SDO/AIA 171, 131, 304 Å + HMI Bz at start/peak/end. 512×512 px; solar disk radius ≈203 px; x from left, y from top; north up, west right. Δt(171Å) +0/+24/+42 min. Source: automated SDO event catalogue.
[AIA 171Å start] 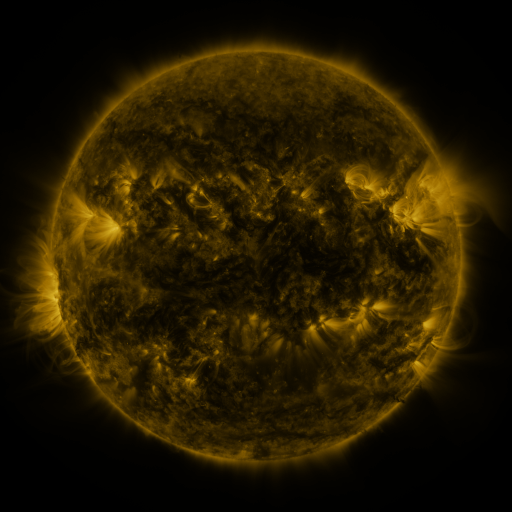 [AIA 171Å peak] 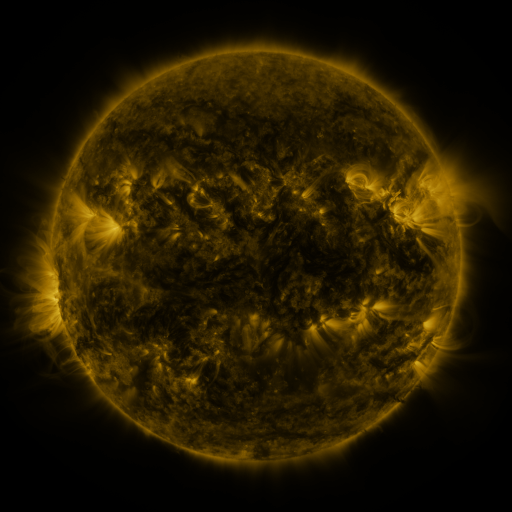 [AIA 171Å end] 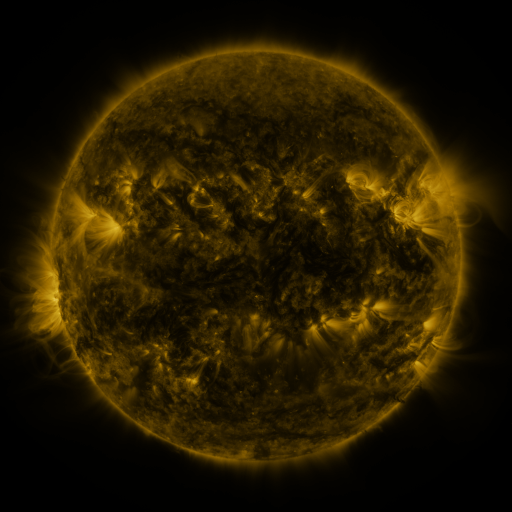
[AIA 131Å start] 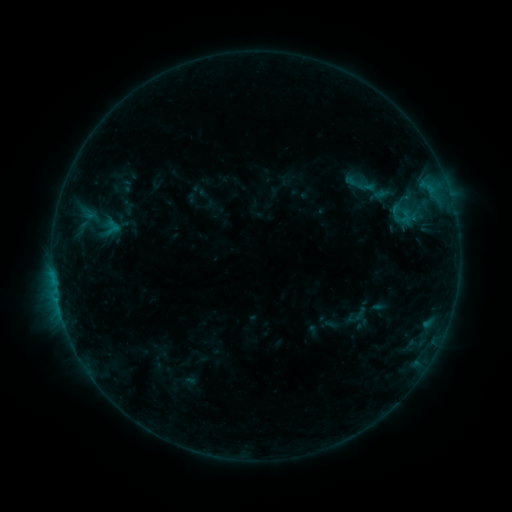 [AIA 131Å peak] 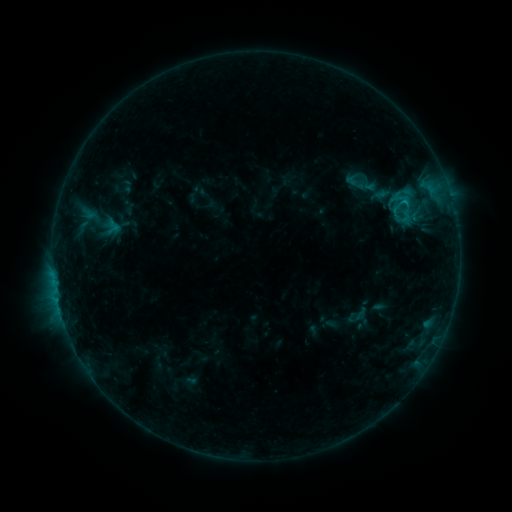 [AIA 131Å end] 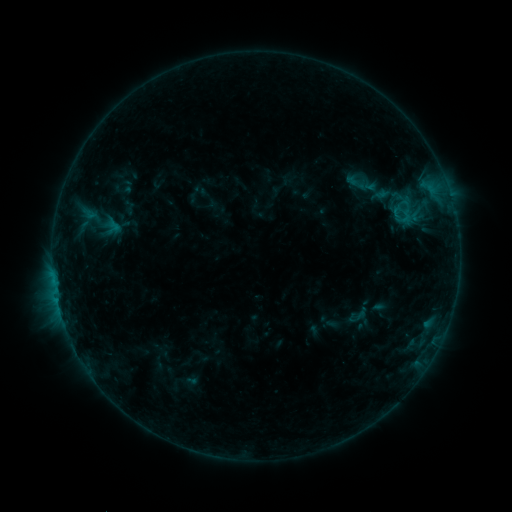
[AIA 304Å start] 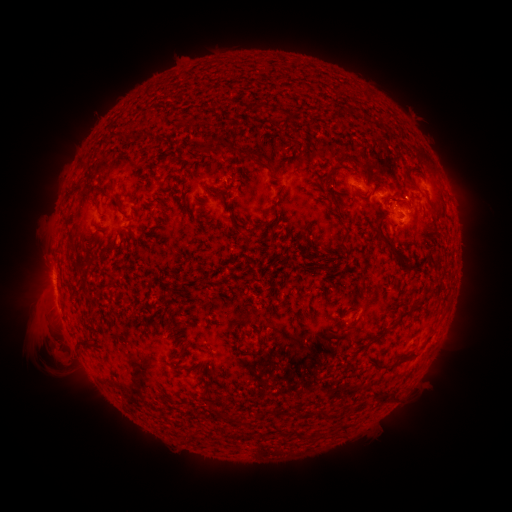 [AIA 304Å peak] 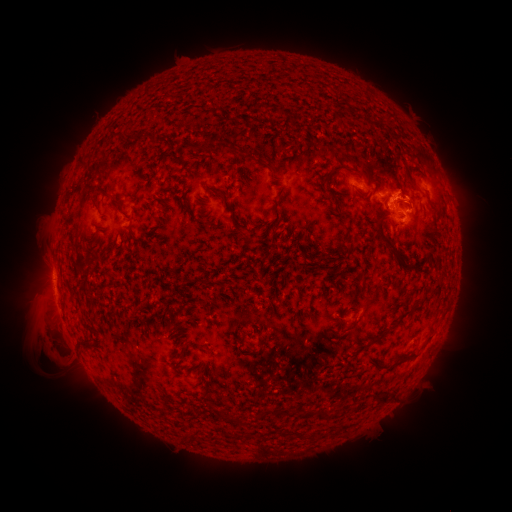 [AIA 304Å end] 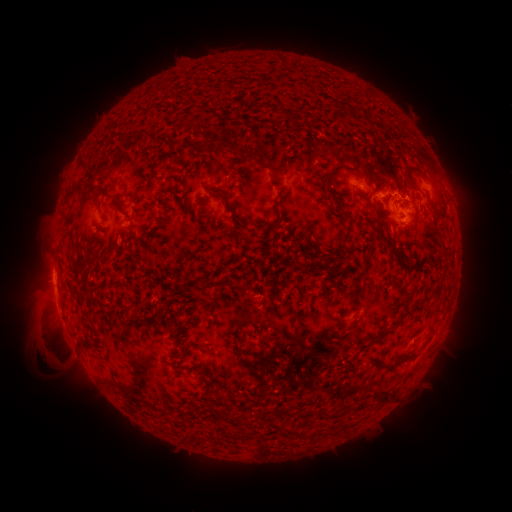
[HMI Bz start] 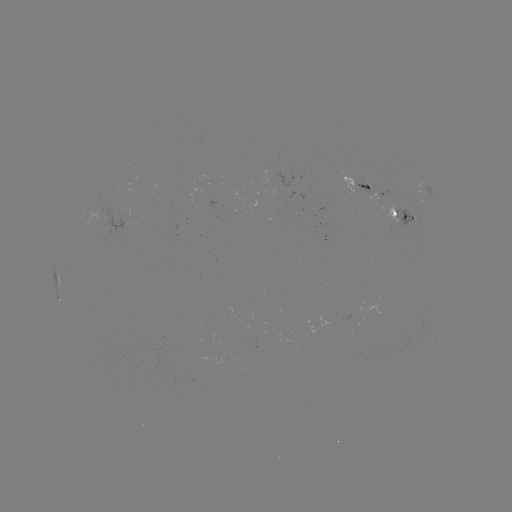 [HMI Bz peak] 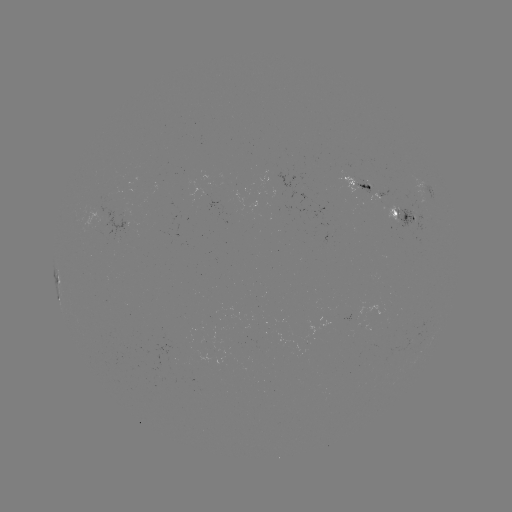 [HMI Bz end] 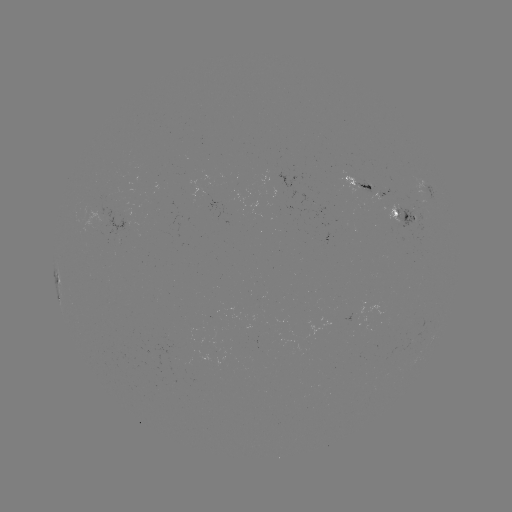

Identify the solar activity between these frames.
B9.0 flare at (405, 204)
